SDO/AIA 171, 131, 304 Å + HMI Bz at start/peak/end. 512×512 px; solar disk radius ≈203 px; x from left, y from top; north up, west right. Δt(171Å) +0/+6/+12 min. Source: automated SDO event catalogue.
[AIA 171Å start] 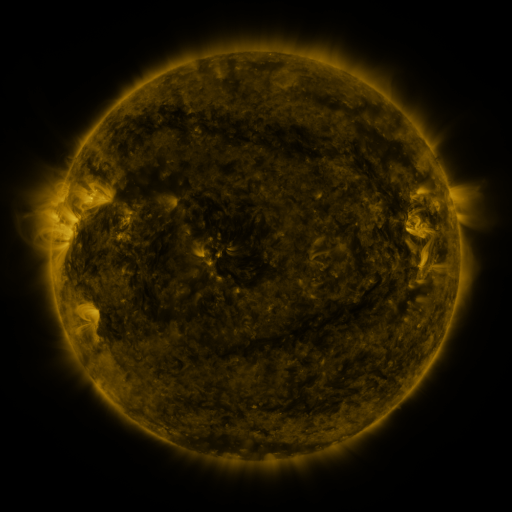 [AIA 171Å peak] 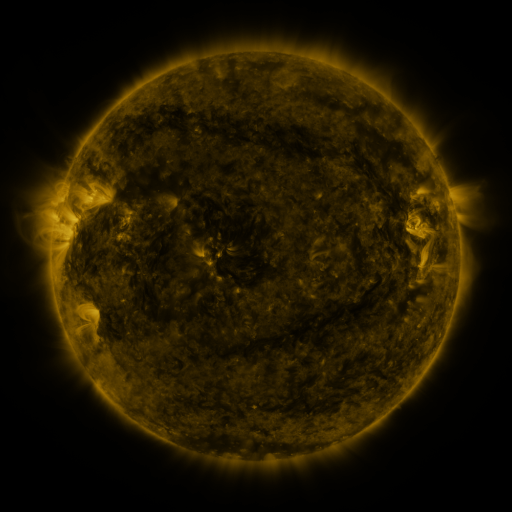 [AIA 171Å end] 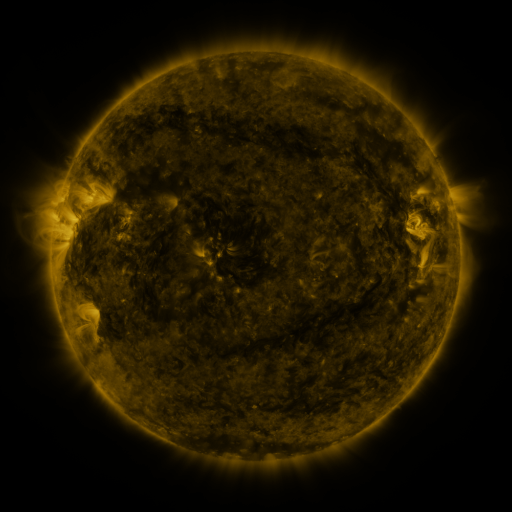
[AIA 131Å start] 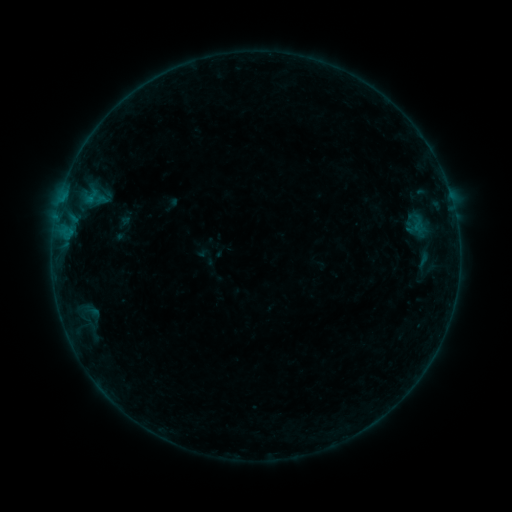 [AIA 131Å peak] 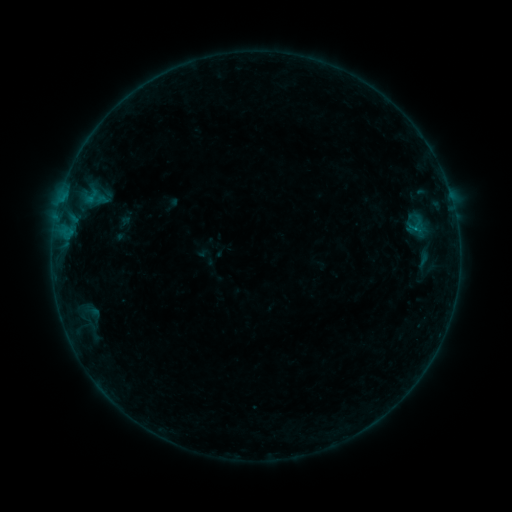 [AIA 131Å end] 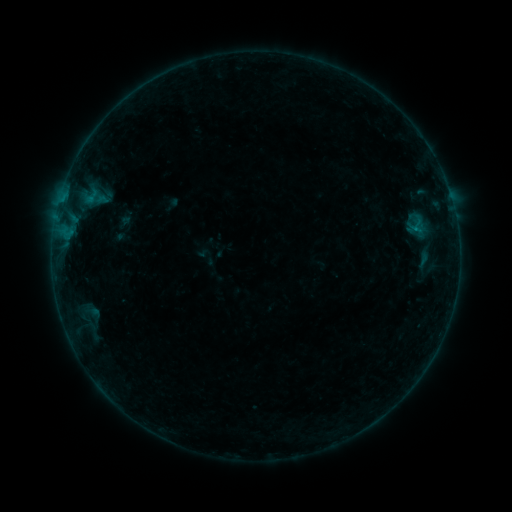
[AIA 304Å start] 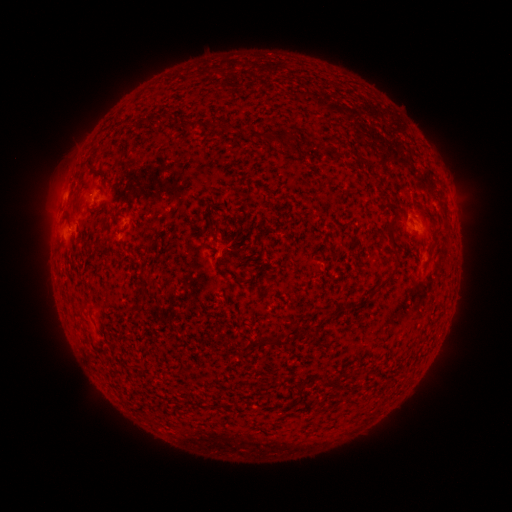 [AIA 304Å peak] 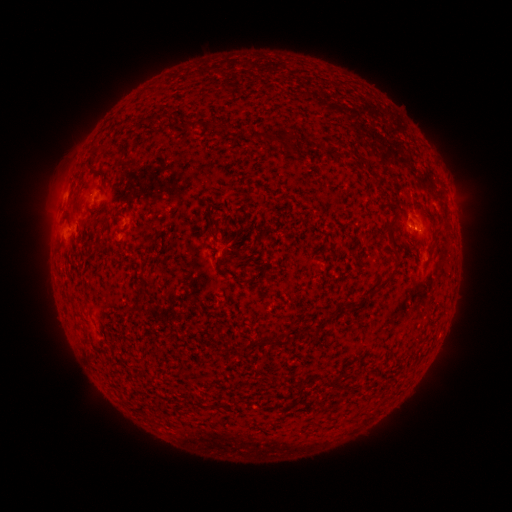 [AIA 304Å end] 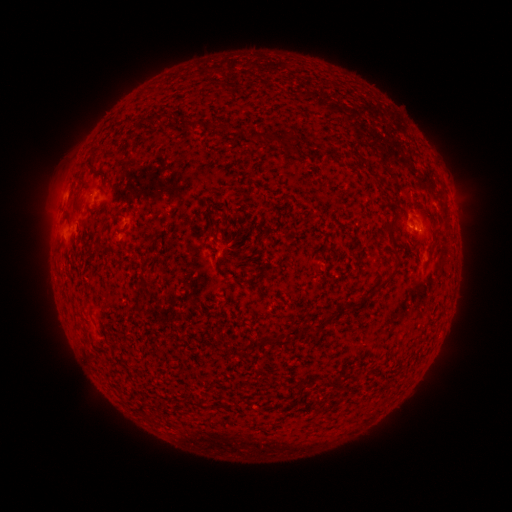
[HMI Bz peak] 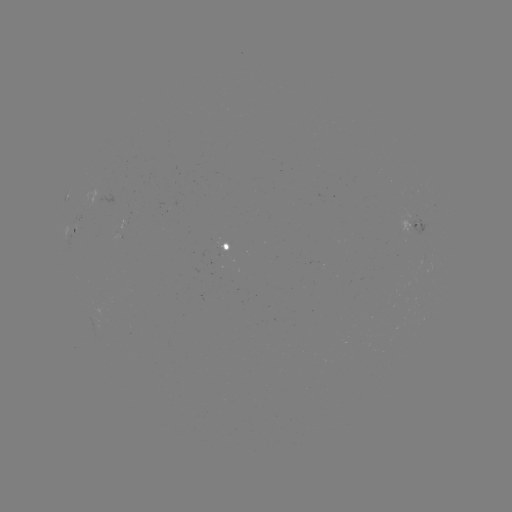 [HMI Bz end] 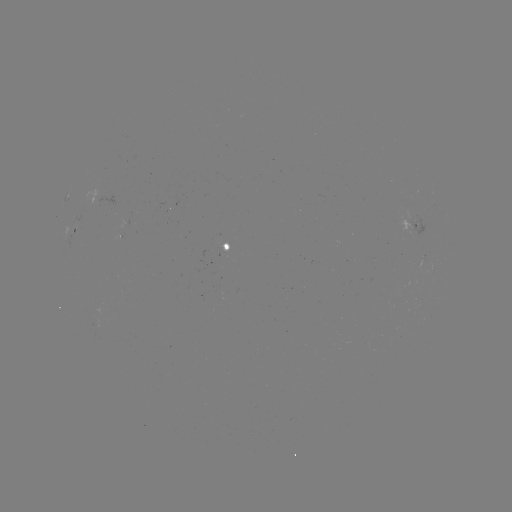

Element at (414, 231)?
B2.9 flare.